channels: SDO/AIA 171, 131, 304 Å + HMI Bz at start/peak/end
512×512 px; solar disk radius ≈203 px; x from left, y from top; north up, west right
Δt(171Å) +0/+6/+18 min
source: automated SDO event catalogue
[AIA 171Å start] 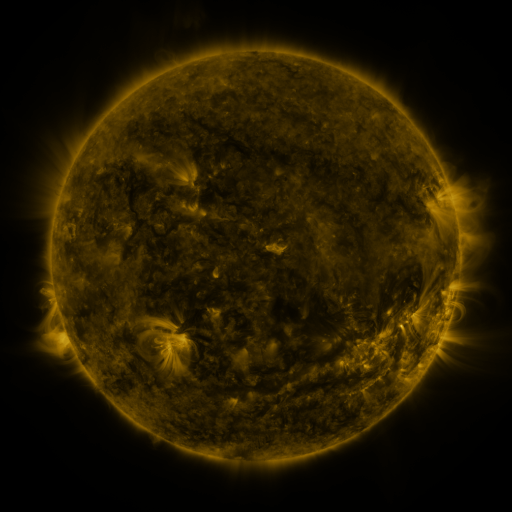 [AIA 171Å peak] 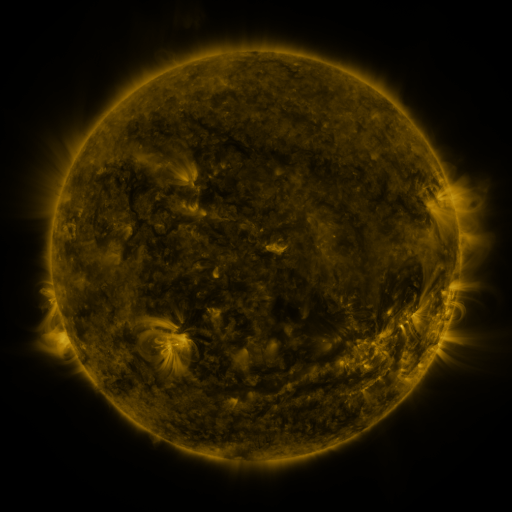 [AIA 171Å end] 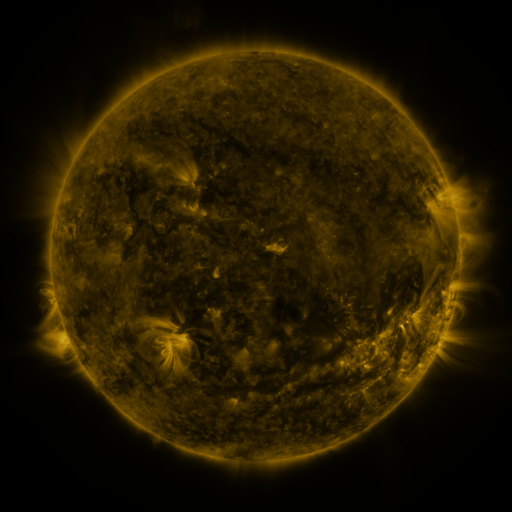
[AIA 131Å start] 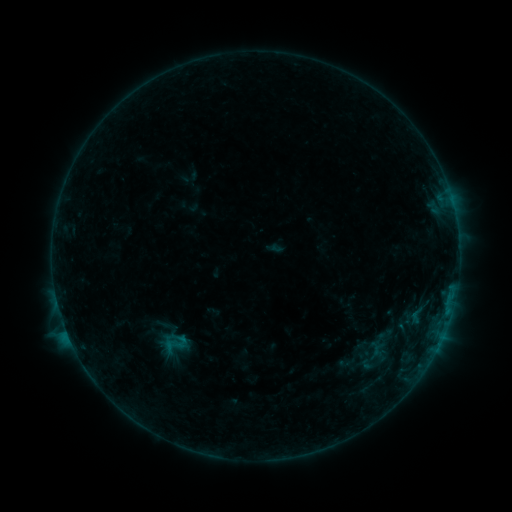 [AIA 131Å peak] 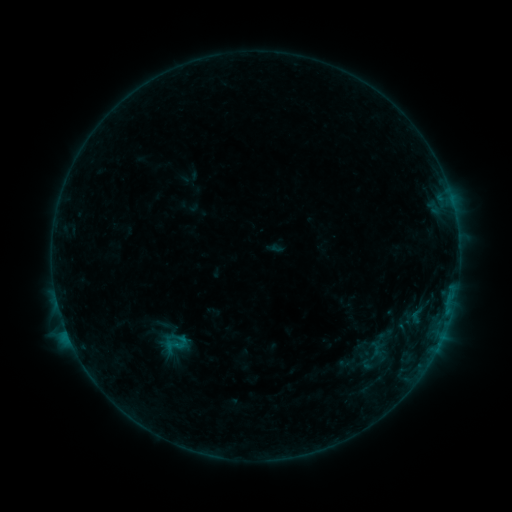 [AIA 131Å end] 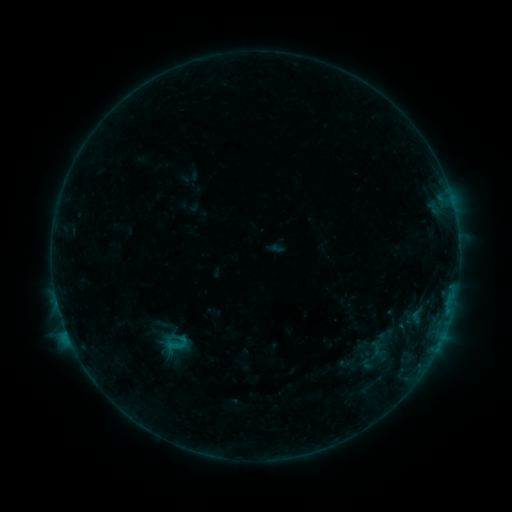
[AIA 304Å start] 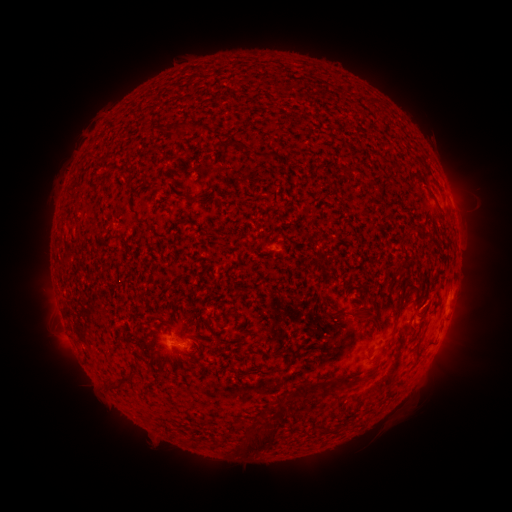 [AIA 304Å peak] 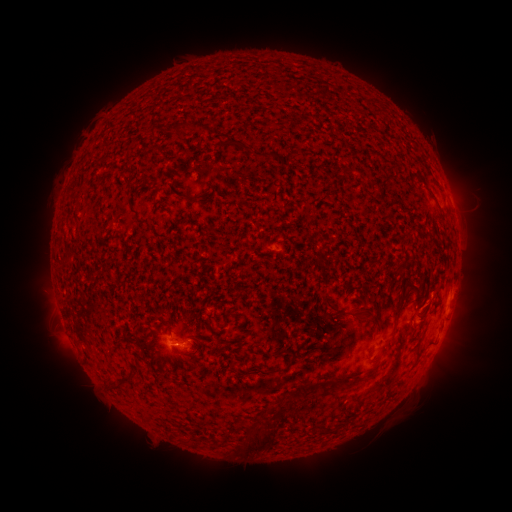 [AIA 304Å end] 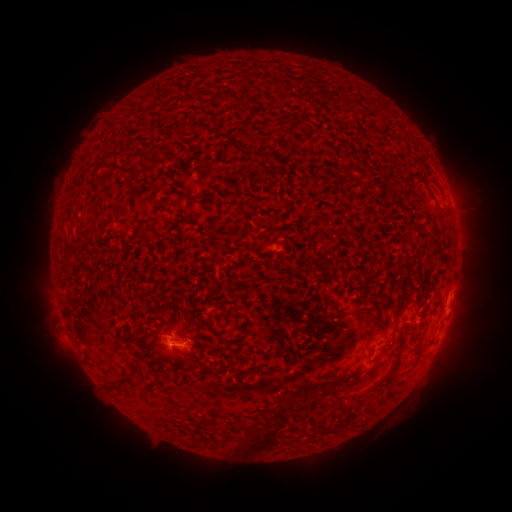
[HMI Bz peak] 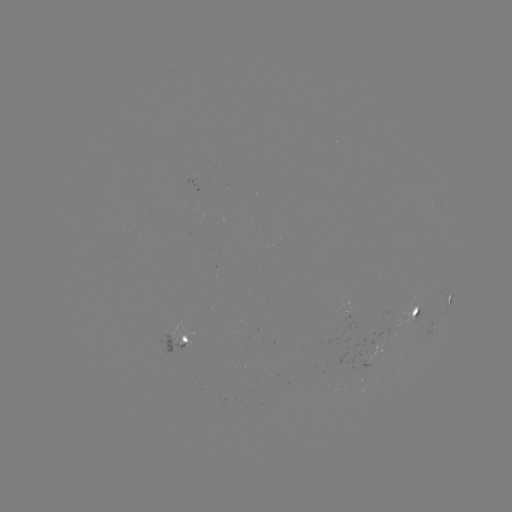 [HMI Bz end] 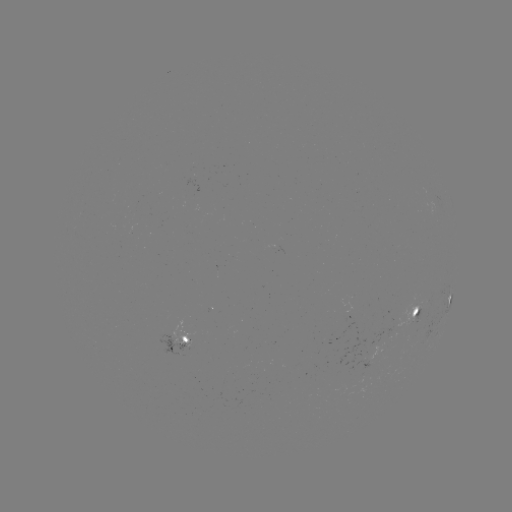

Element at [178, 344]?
B4.0 flare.